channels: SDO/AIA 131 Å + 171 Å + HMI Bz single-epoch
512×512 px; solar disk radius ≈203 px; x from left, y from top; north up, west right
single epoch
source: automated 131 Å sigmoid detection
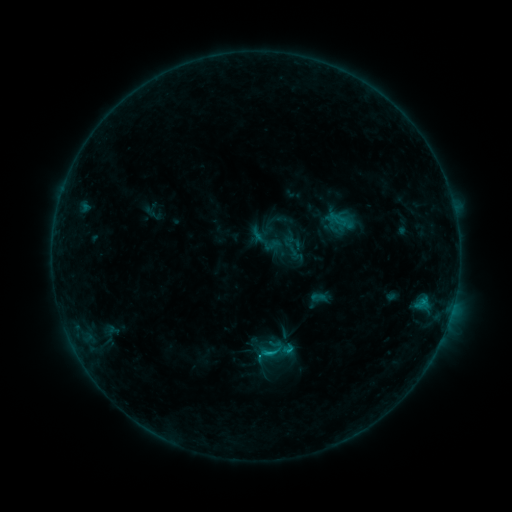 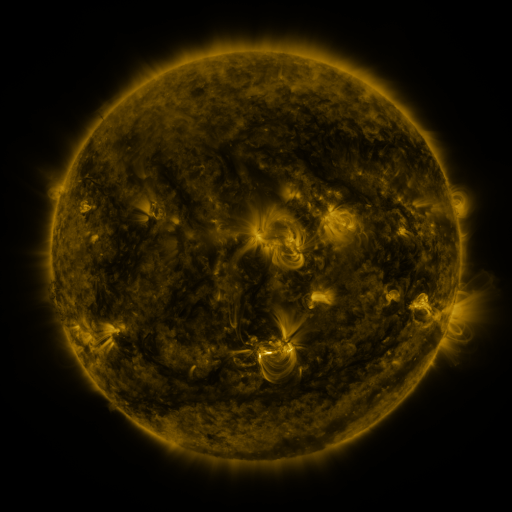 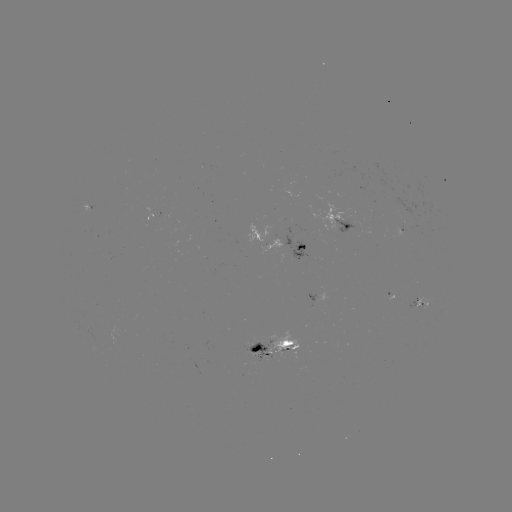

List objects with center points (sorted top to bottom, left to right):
sigmoid: (284, 233, 304, 252)
